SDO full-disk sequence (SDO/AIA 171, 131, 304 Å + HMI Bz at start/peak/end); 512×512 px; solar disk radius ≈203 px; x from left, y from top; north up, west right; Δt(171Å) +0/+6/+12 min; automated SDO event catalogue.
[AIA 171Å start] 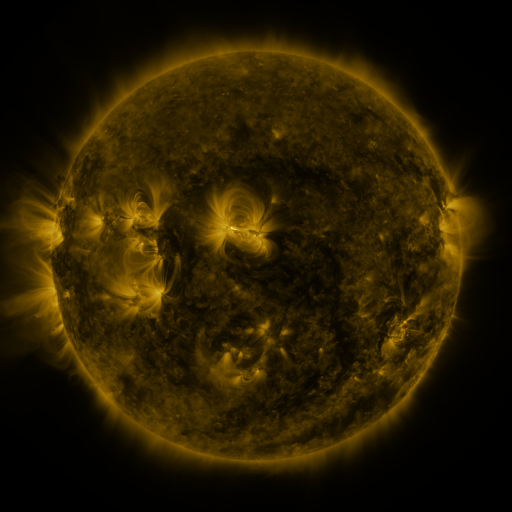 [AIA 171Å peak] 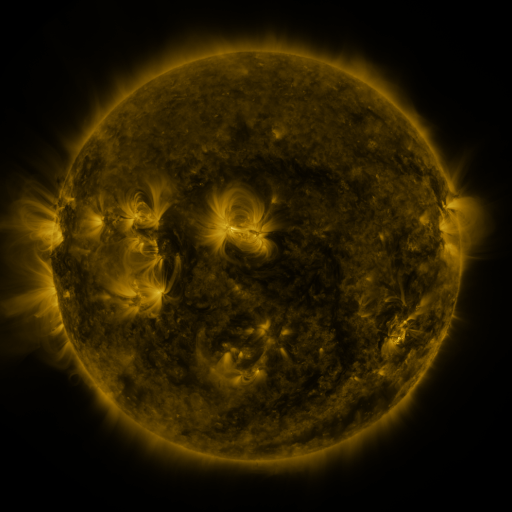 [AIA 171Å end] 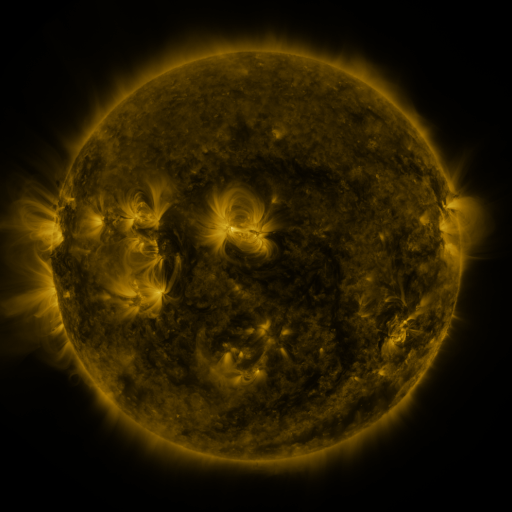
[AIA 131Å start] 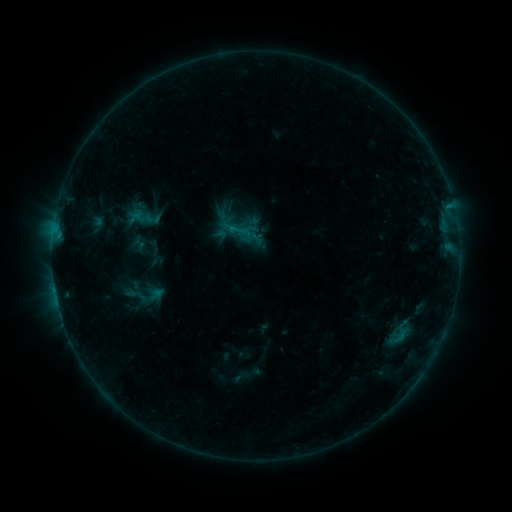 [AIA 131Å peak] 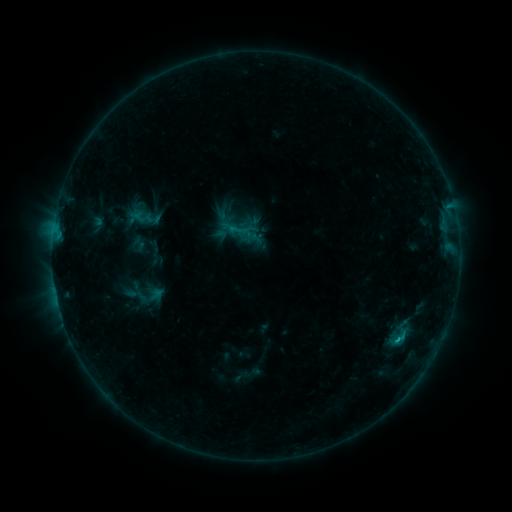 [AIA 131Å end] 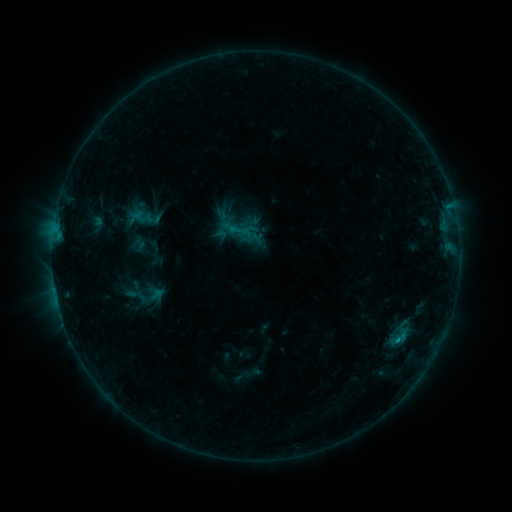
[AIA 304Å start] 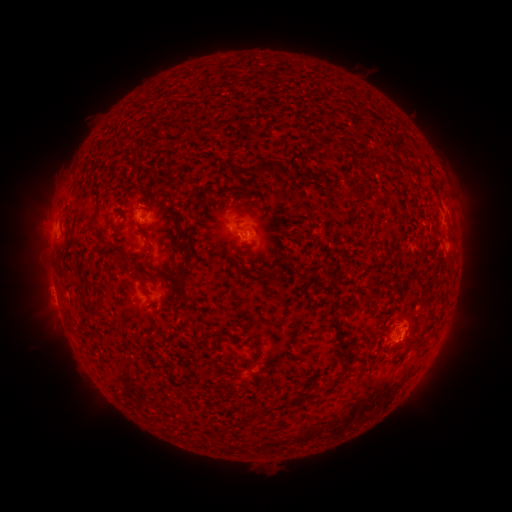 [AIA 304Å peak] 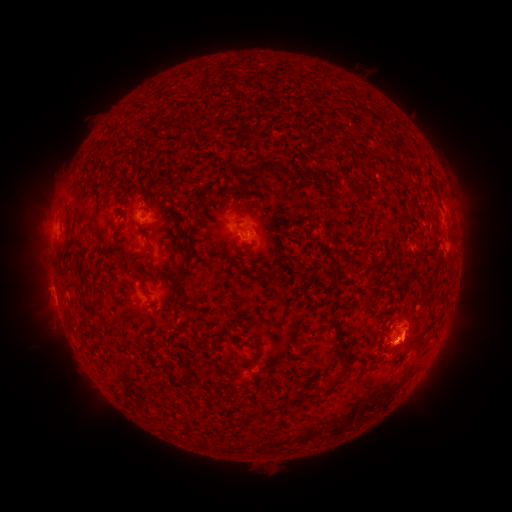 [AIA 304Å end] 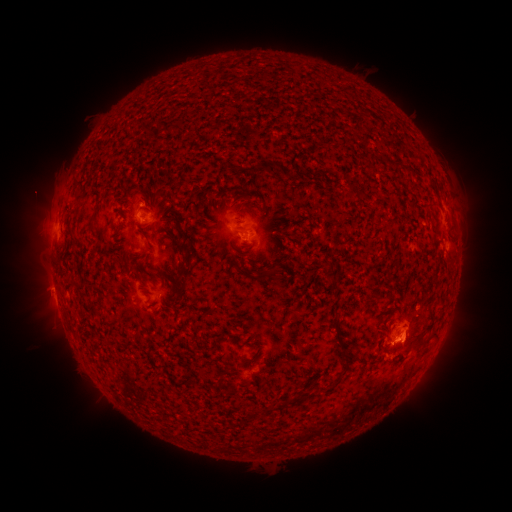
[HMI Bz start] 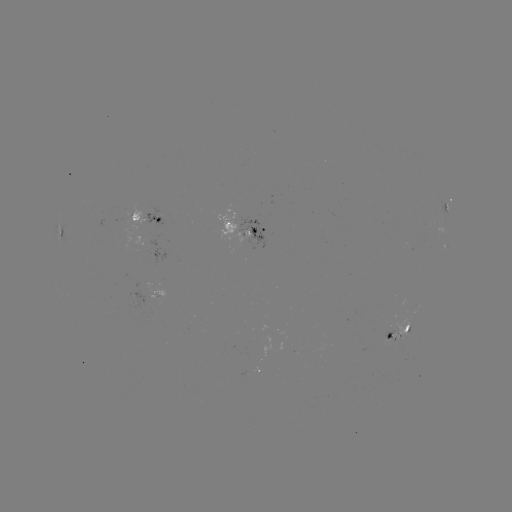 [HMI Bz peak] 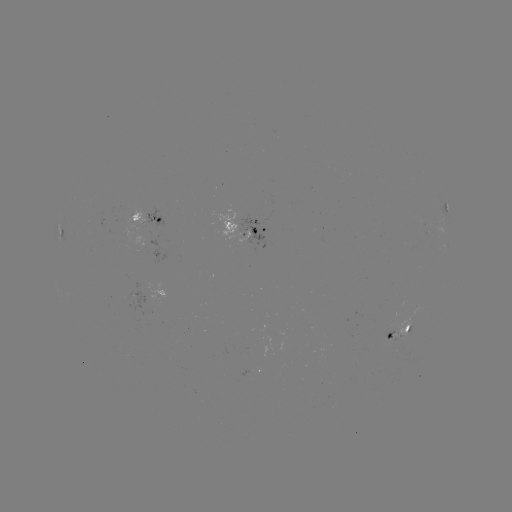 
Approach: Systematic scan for B7.3 flare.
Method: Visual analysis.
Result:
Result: B7.3 flare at (396, 337).